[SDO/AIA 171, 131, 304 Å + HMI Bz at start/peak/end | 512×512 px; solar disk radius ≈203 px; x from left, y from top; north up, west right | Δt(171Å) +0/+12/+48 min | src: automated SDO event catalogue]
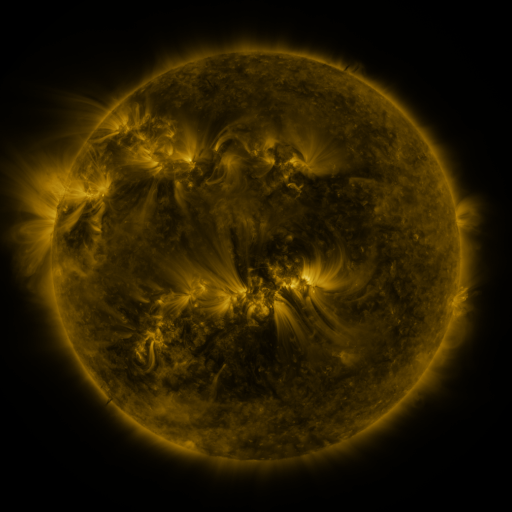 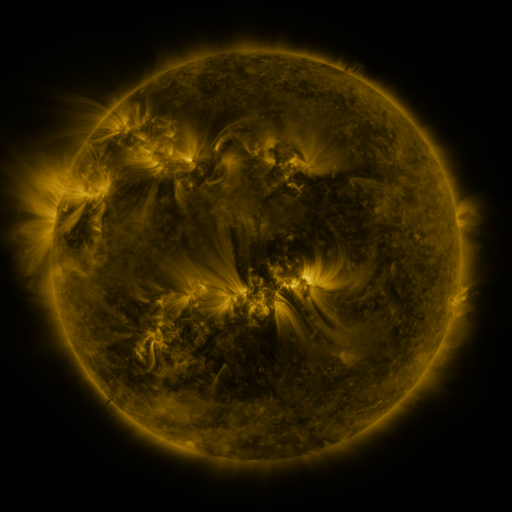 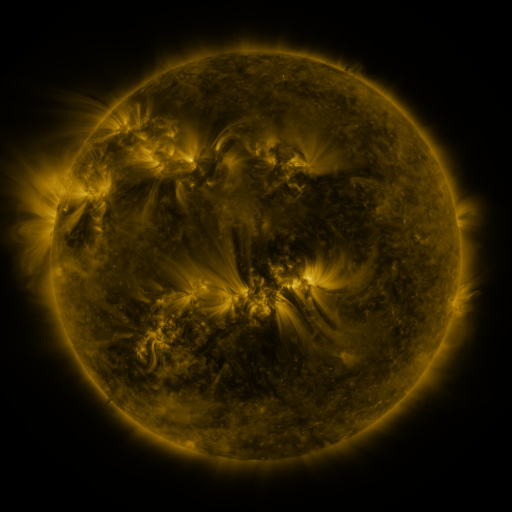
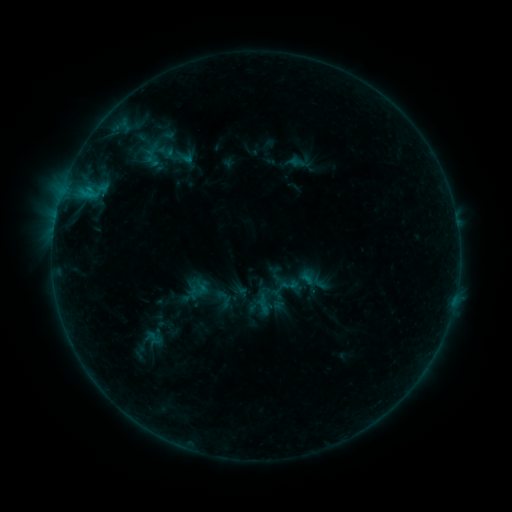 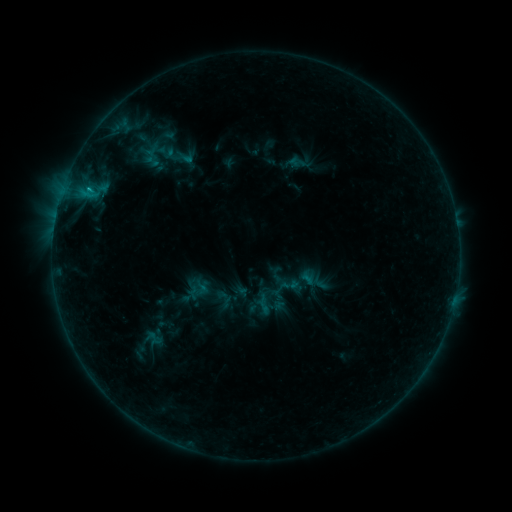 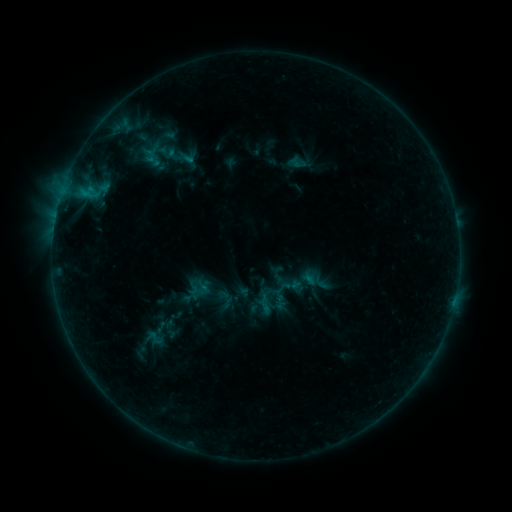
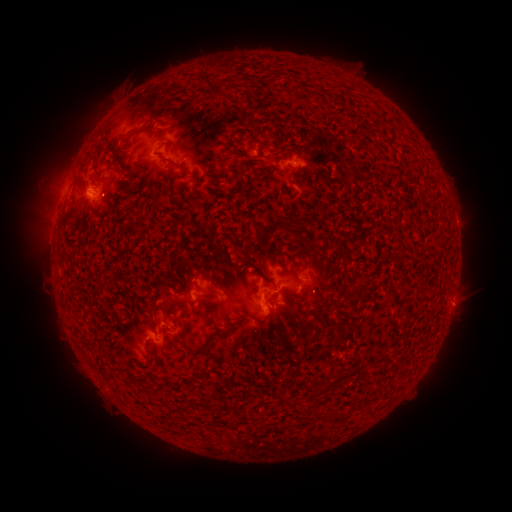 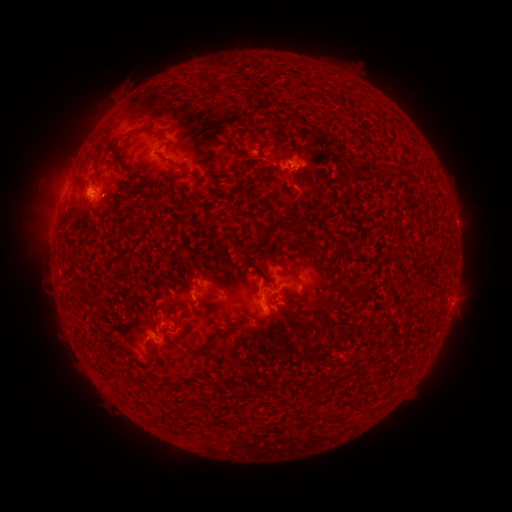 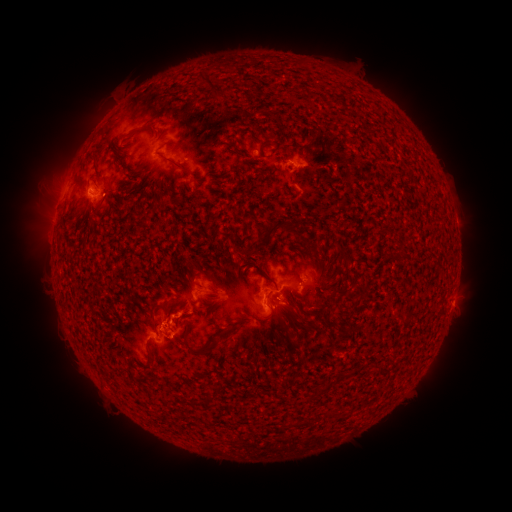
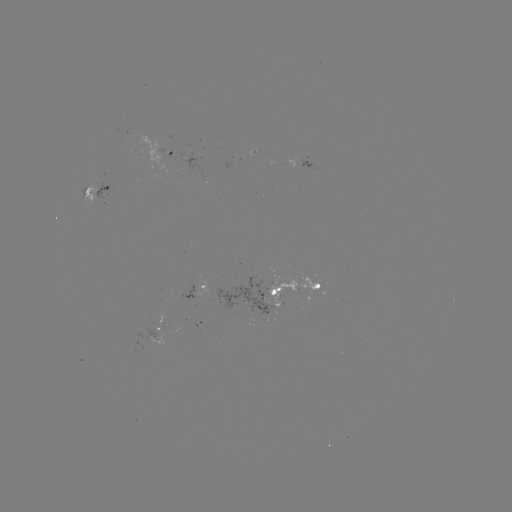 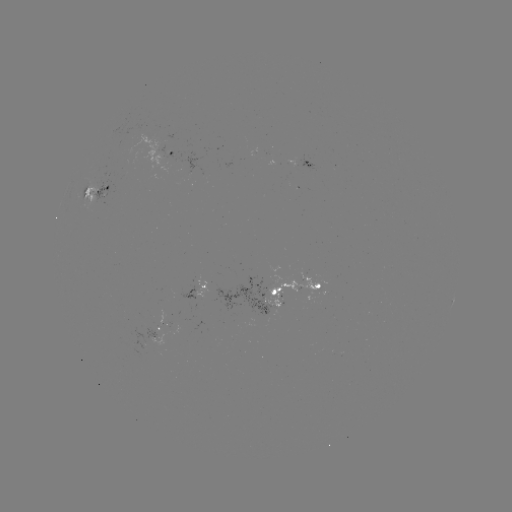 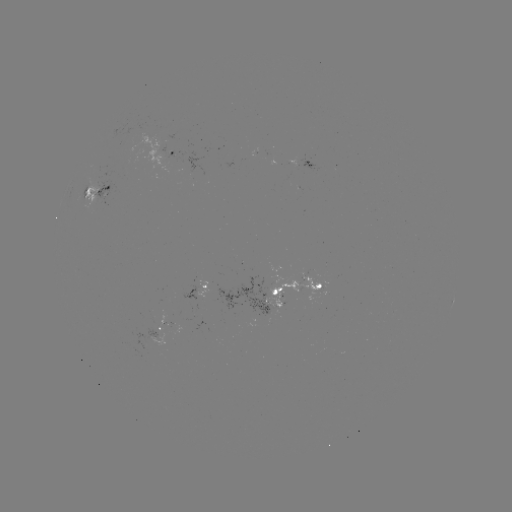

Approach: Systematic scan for emerging-flux region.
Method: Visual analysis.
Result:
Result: emerging-flux region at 194,292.